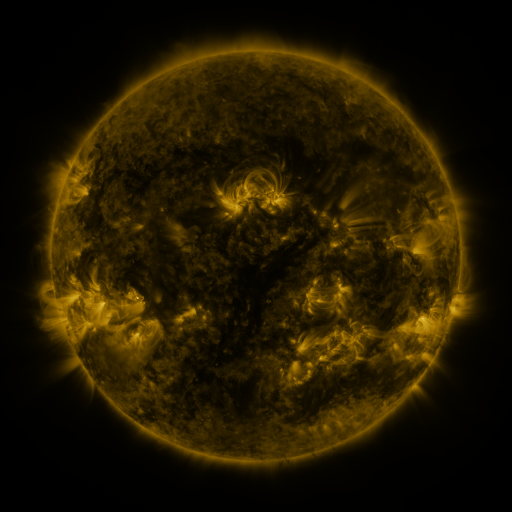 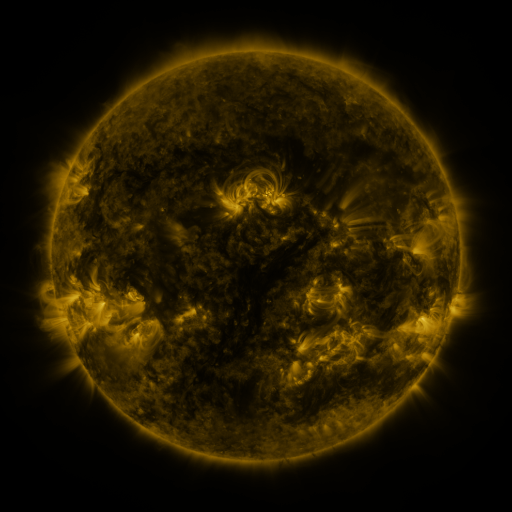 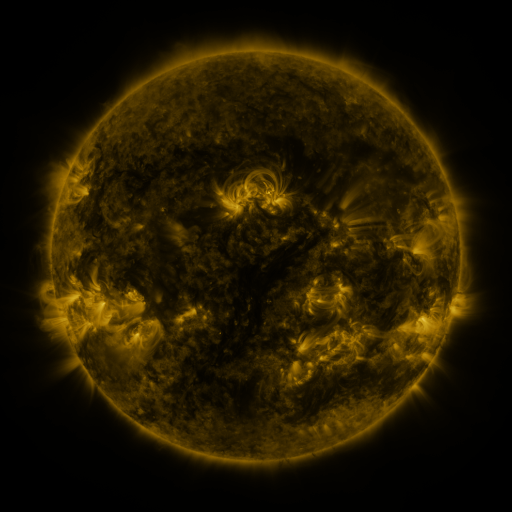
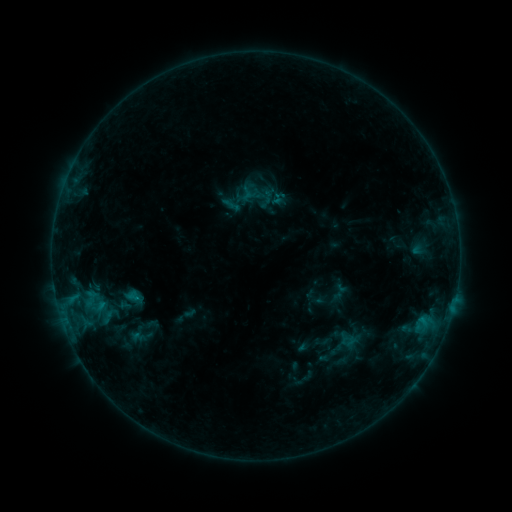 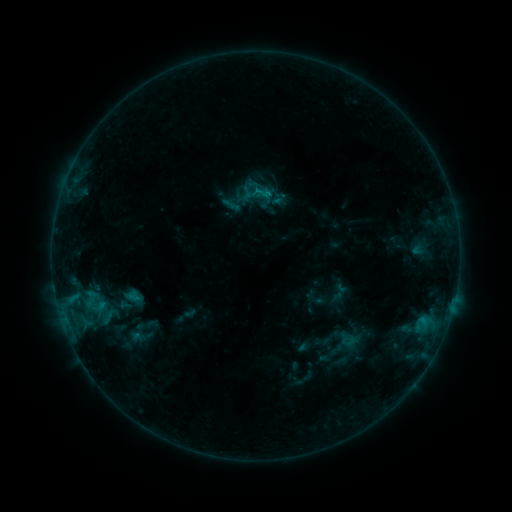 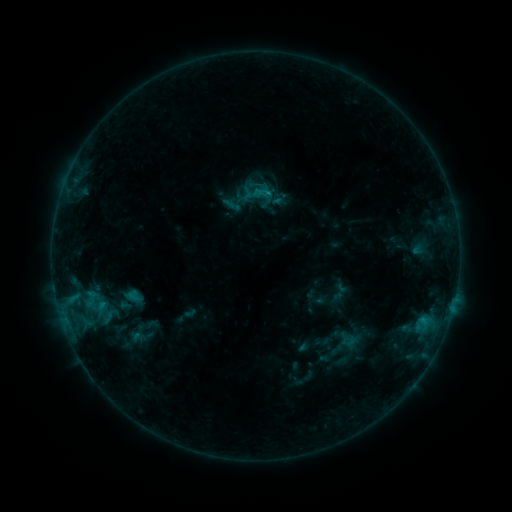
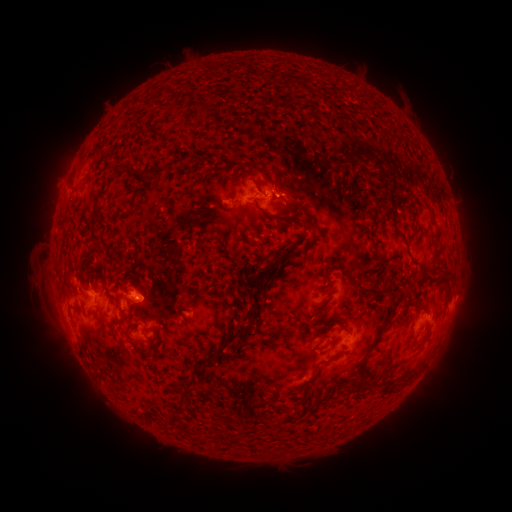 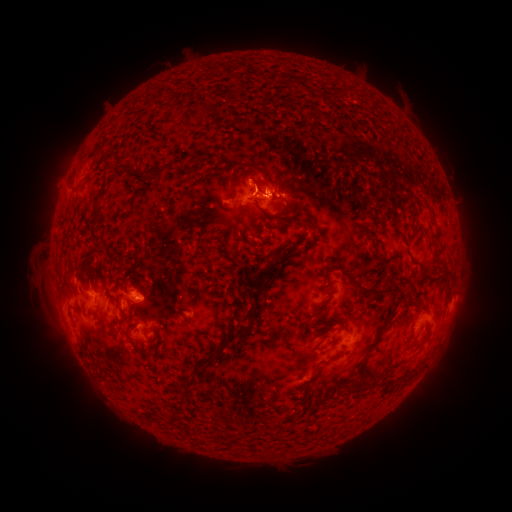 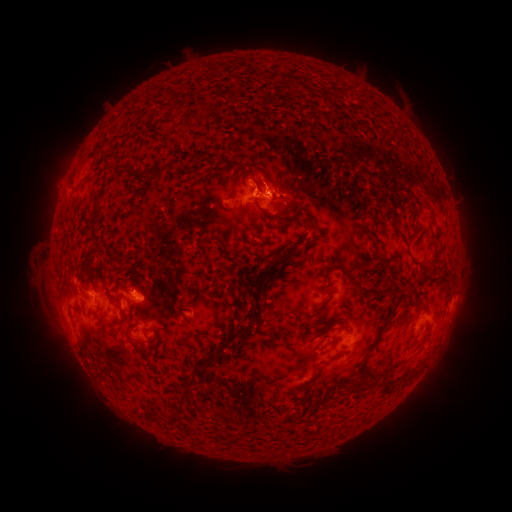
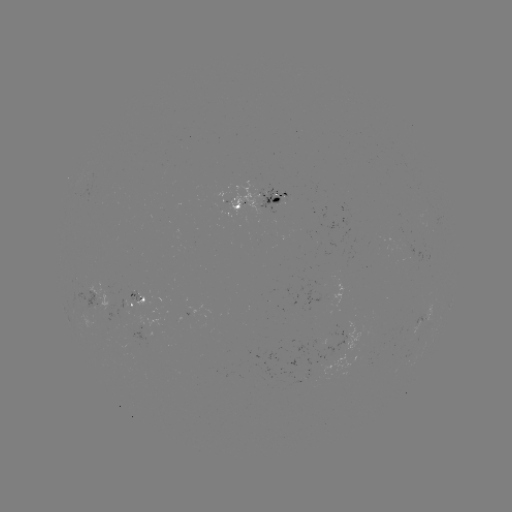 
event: flare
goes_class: C1.0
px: (265, 195)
